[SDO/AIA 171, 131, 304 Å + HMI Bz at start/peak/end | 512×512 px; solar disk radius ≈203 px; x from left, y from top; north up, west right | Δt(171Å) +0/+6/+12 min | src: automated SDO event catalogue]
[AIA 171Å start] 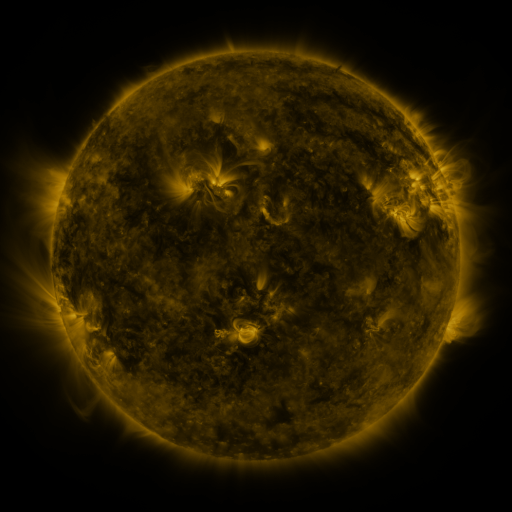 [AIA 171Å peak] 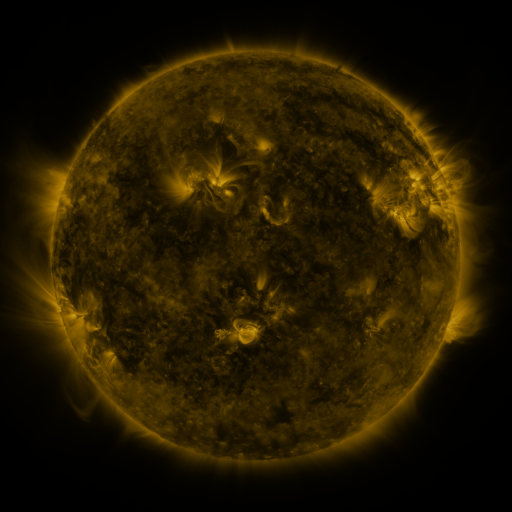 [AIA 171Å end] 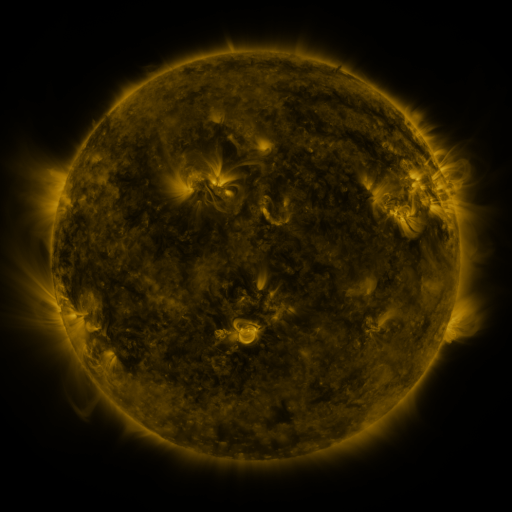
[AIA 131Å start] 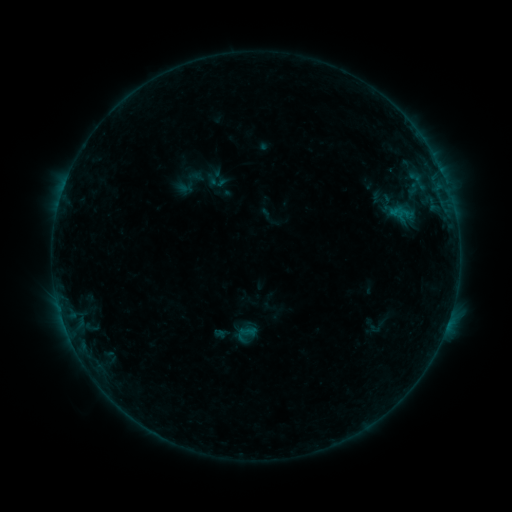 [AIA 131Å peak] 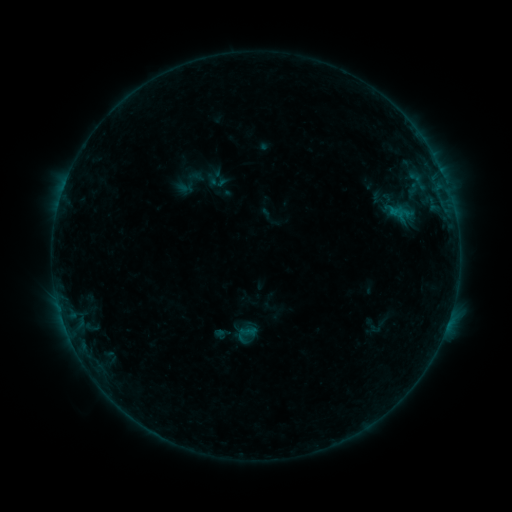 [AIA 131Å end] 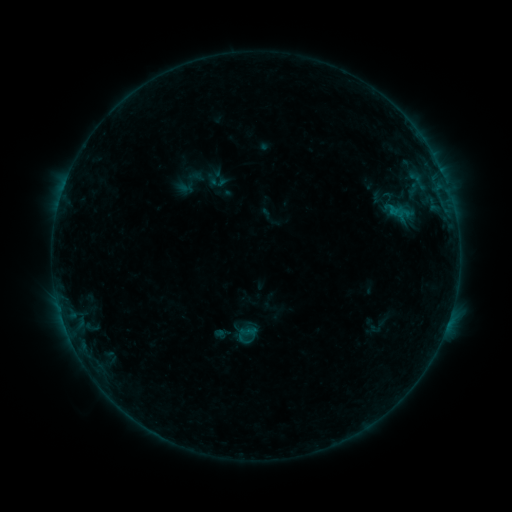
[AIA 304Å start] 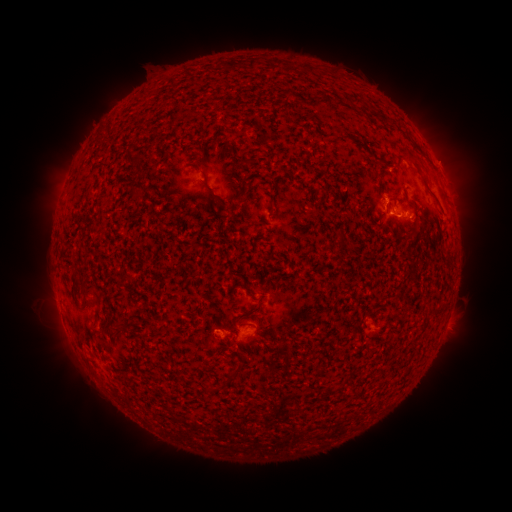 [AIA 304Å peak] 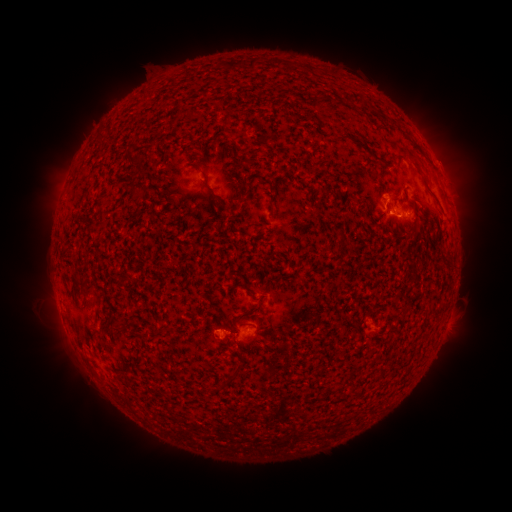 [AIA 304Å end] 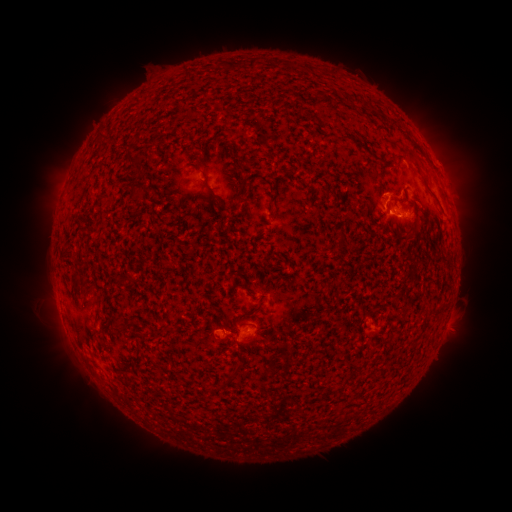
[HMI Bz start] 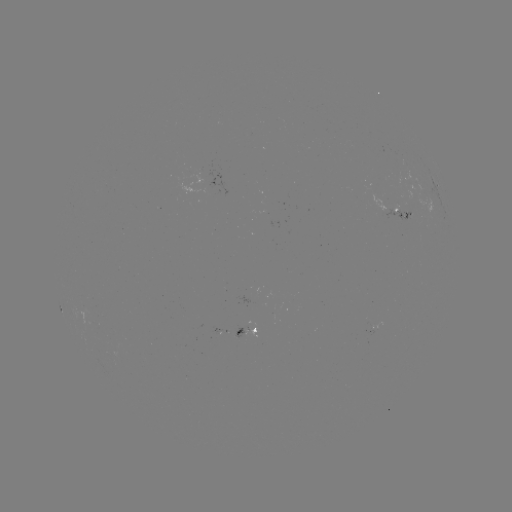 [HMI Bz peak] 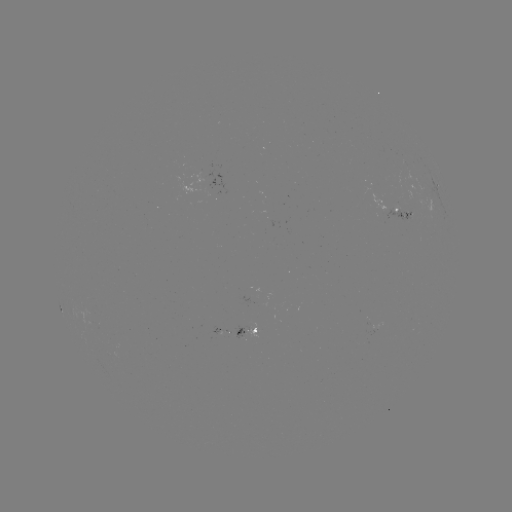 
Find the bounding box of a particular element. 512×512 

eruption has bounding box [366, 175, 403, 212].